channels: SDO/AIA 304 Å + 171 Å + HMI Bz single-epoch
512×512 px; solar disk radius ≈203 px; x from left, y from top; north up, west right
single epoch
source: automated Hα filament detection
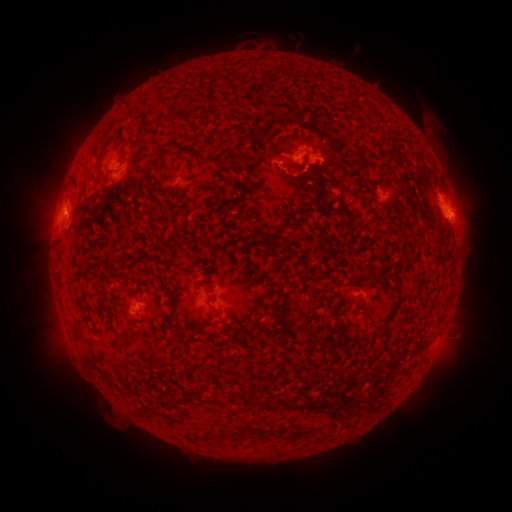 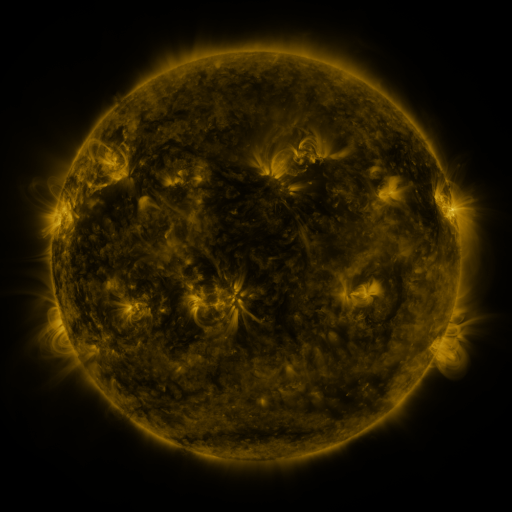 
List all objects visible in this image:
filament: [217, 74, 243, 91]
filament: [211, 100, 220, 109]
filament: [123, 105, 131, 115]
filament: [151, 114, 174, 126]
filament: [221, 123, 243, 134]
filament: [382, 133, 391, 141]
filament: [149, 154, 161, 170]
filament: [94, 169, 103, 181]
filament: [172, 190, 187, 206]
filament: [69, 218, 76, 229]
filament: [289, 225, 297, 237]
filament: [297, 226, 307, 237]
filament: [415, 228, 424, 238]
filament: [264, 237, 280, 247]
filament: [72, 270, 89, 287]
filament: [165, 281, 172, 290]
filament: [380, 288, 406, 329]
filament: [171, 291, 179, 303]
filament: [365, 306, 378, 326]
filament: [195, 324, 204, 337]
filament: [120, 328, 143, 345]
filament: [75, 333, 88, 345]
filament: [246, 363, 273, 381]
